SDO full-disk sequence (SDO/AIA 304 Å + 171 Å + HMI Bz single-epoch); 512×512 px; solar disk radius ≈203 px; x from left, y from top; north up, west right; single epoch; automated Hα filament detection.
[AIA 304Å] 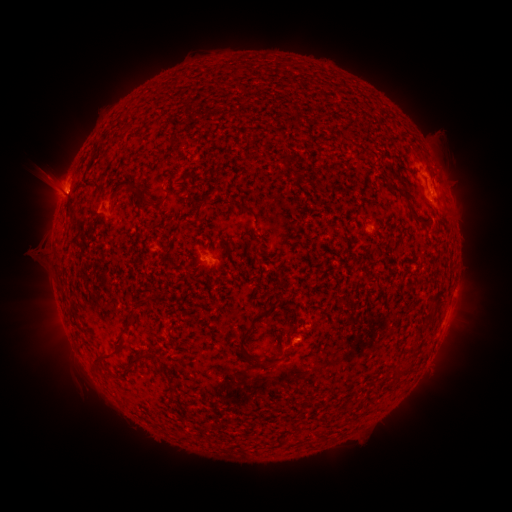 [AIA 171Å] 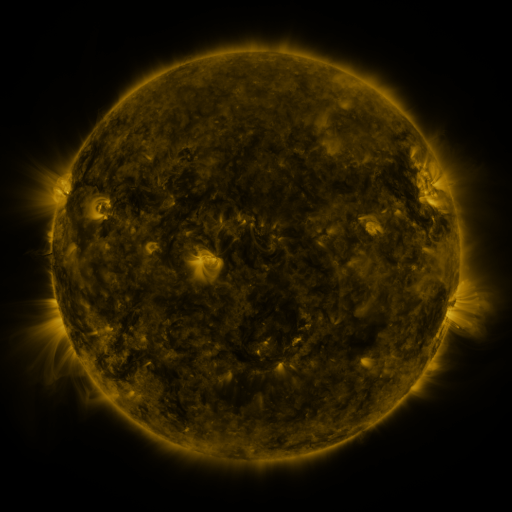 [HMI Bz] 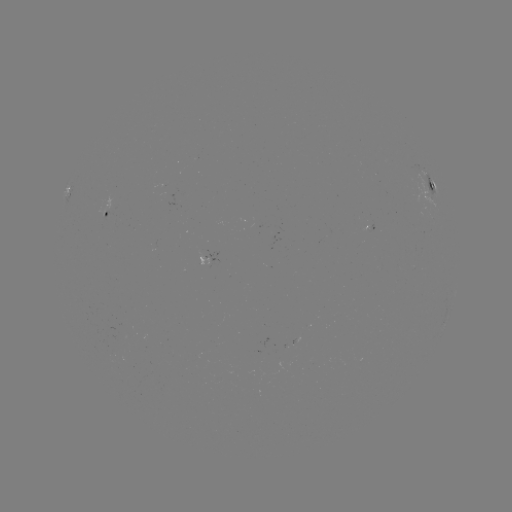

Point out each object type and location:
filament: (284, 160)
filament: (306, 182)
filament: (93, 184)
filament: (131, 189)
filament: (408, 203)
filament: (246, 210)
filament: (129, 326)
filament: (249, 332)
filament: (108, 357)
filament: (274, 360)
filament: (133, 362)
filament: (406, 370)
